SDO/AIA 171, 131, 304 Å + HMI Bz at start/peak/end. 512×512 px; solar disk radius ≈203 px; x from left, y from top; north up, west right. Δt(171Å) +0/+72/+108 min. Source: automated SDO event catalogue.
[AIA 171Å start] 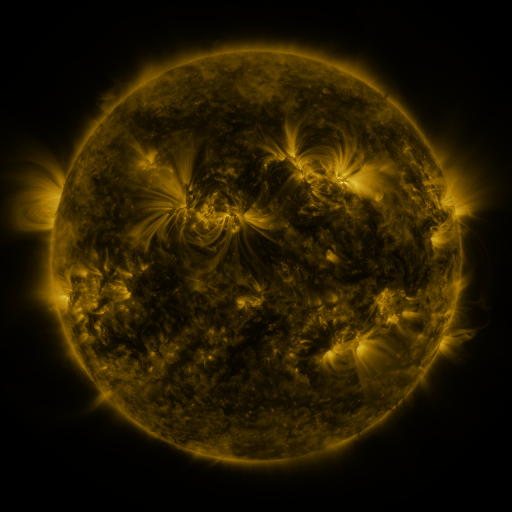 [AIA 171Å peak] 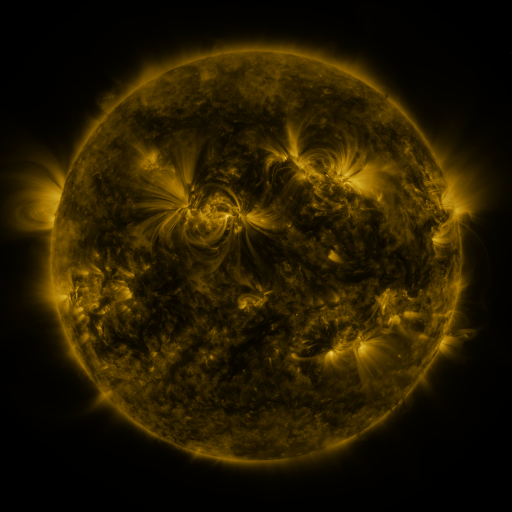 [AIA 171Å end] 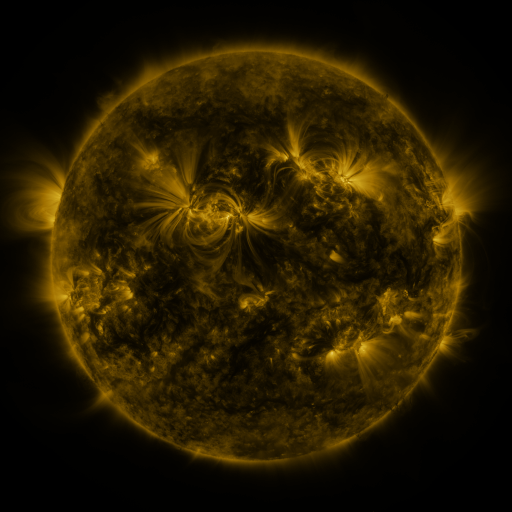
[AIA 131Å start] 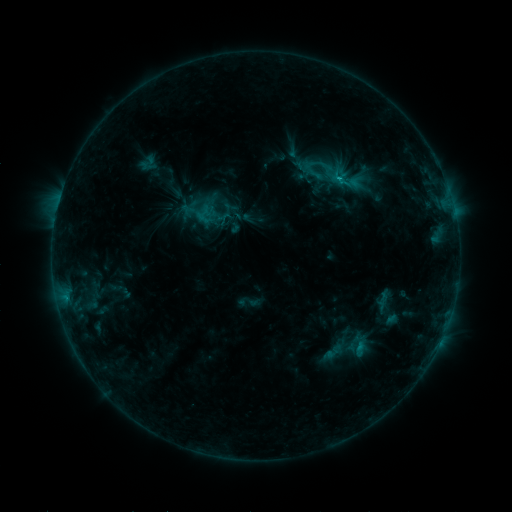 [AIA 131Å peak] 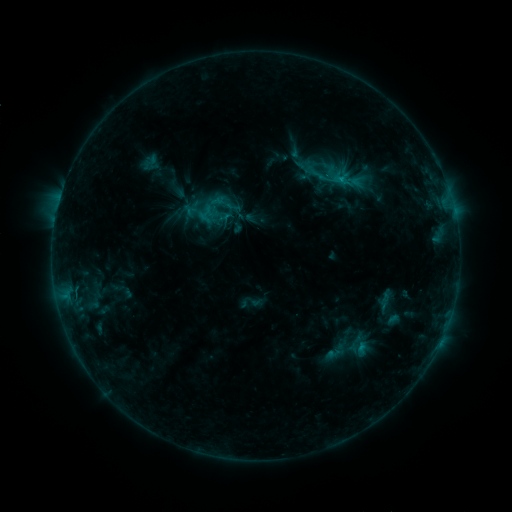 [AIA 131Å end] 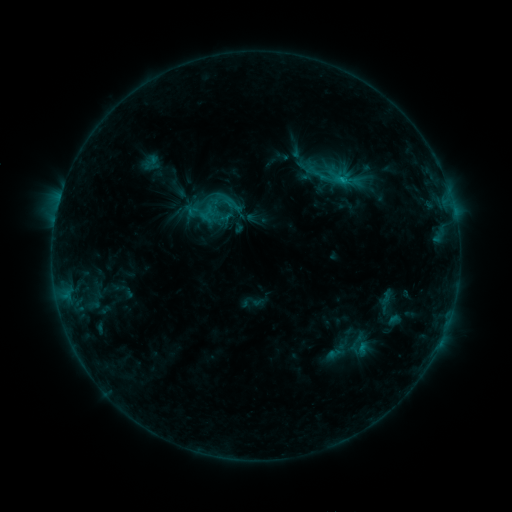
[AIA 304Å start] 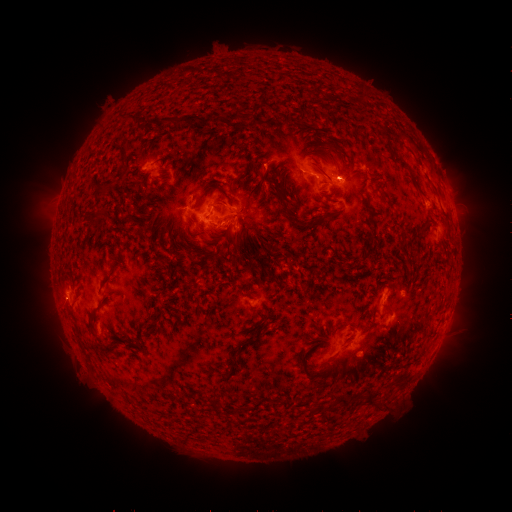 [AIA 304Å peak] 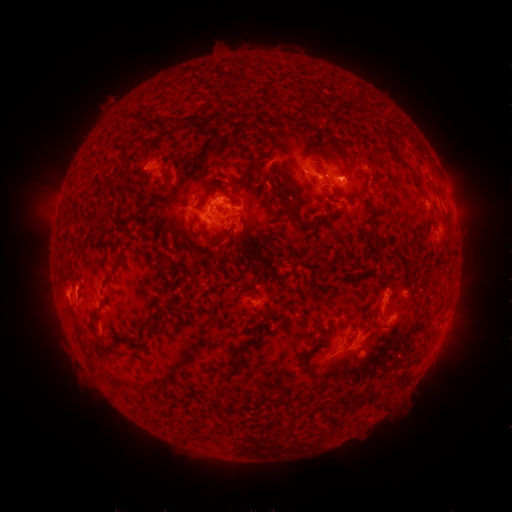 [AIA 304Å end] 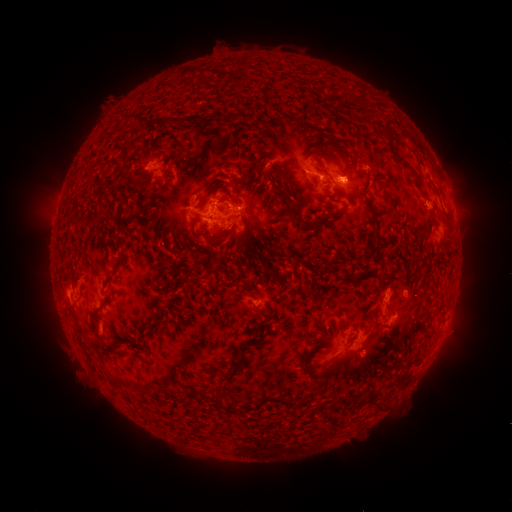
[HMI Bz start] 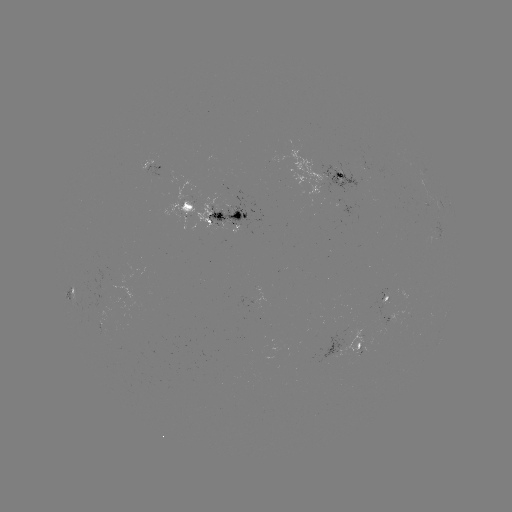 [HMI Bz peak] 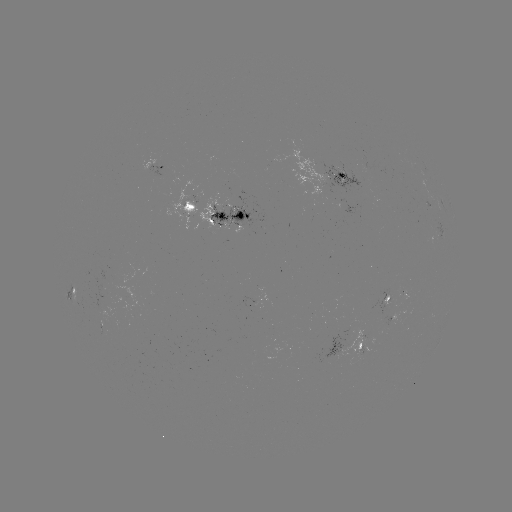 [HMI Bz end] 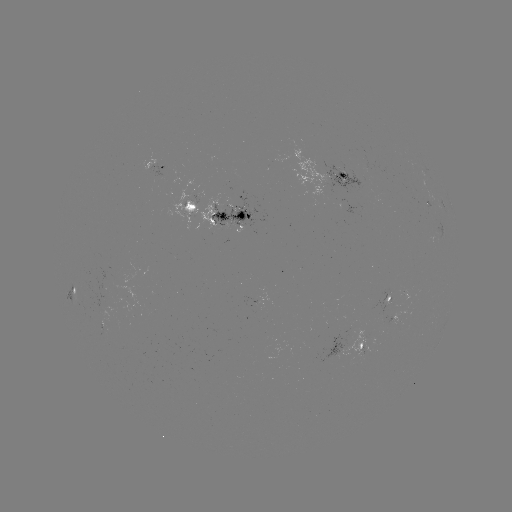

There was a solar emerging-flux region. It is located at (195, 203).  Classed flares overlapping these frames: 4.